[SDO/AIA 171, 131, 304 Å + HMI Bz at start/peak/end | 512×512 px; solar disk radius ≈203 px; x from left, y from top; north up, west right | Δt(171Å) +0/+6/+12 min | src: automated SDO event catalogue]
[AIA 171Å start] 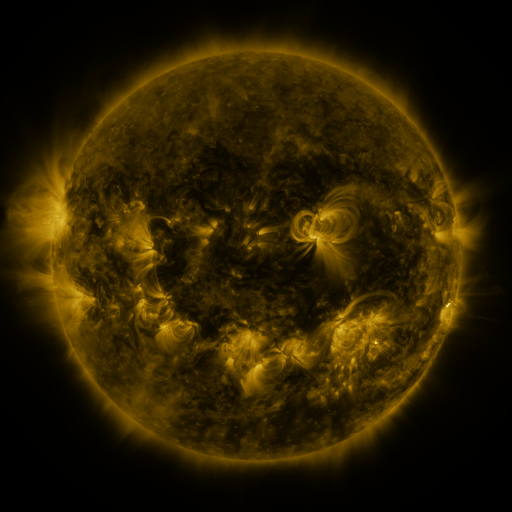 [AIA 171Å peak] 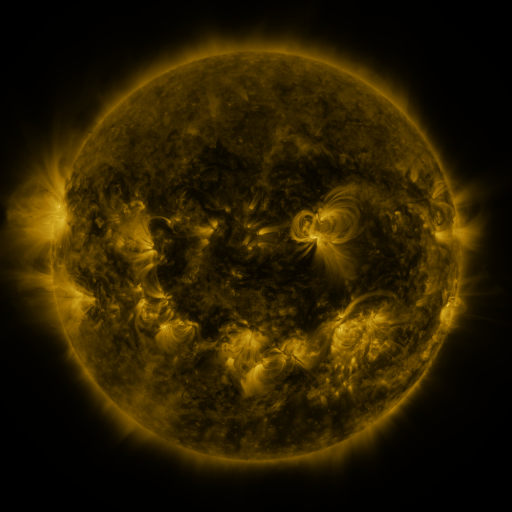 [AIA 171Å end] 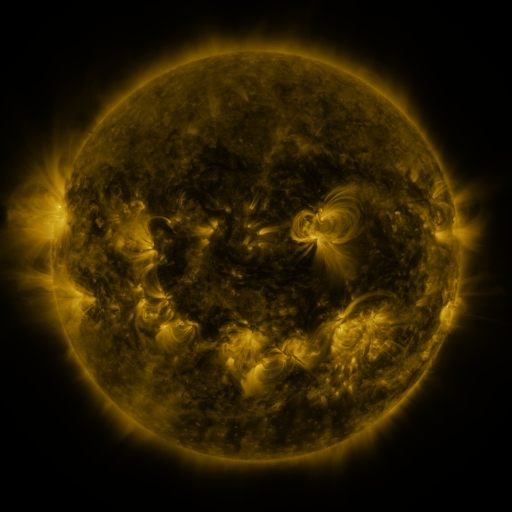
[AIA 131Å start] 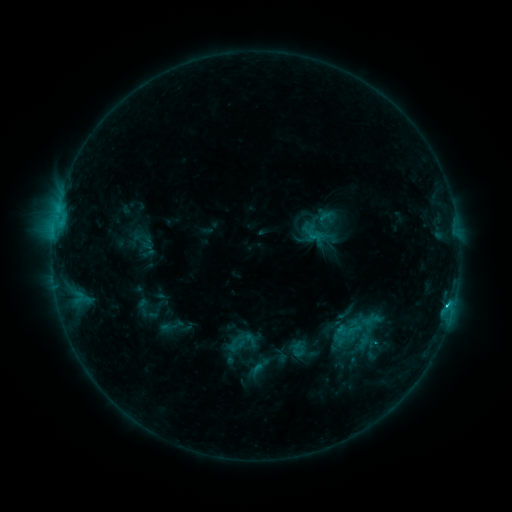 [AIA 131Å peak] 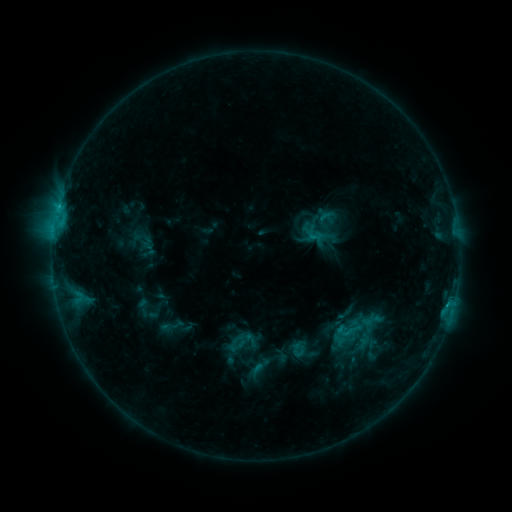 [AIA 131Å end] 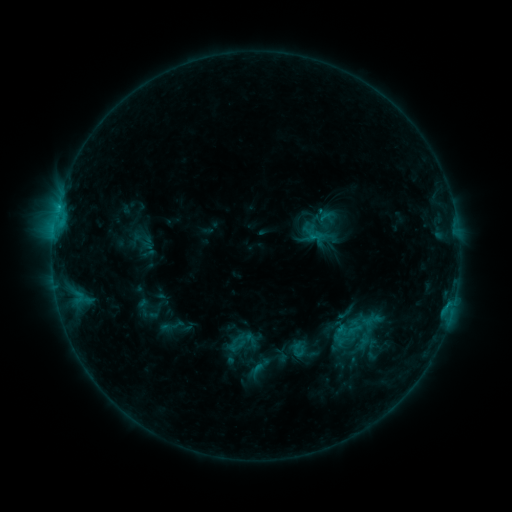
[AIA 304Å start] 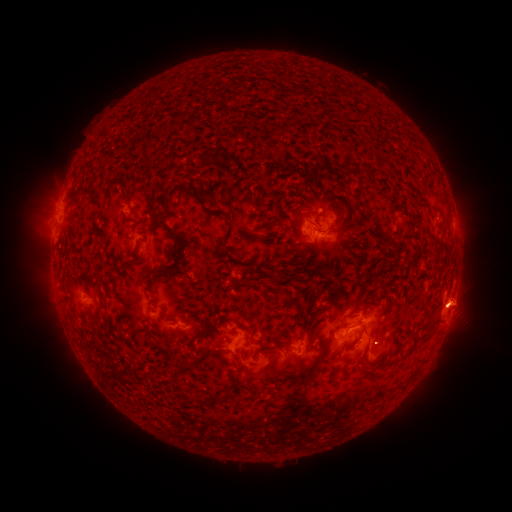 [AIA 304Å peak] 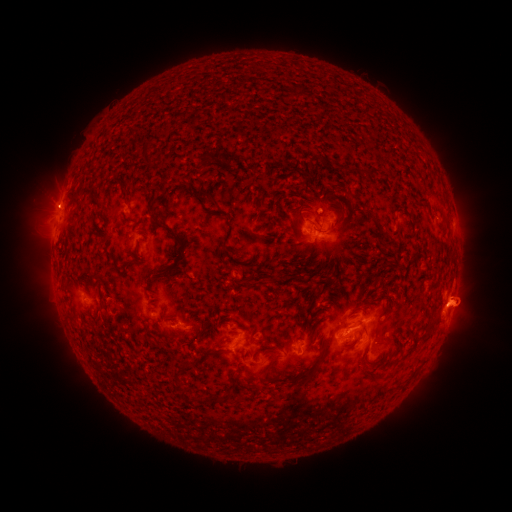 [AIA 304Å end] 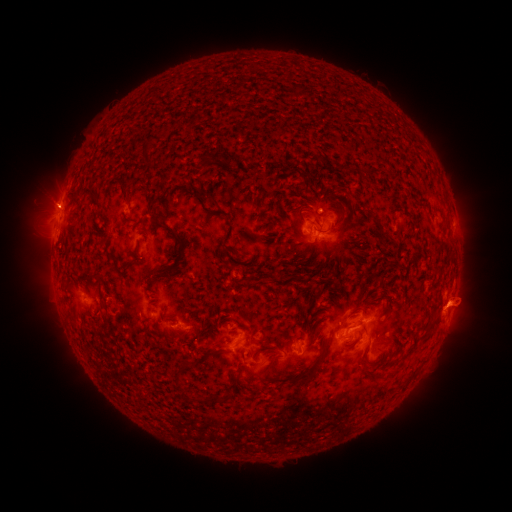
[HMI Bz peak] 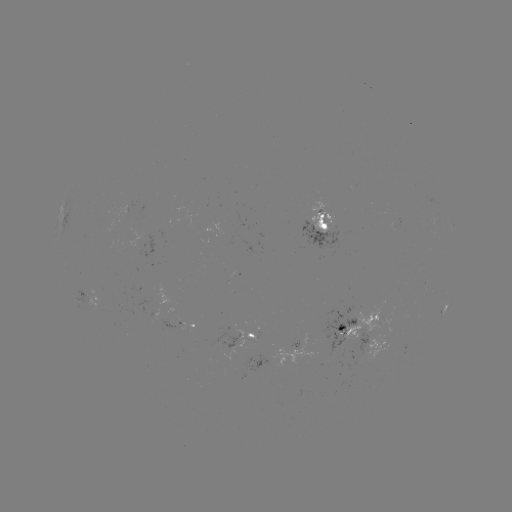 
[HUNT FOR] eruption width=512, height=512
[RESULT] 54,202